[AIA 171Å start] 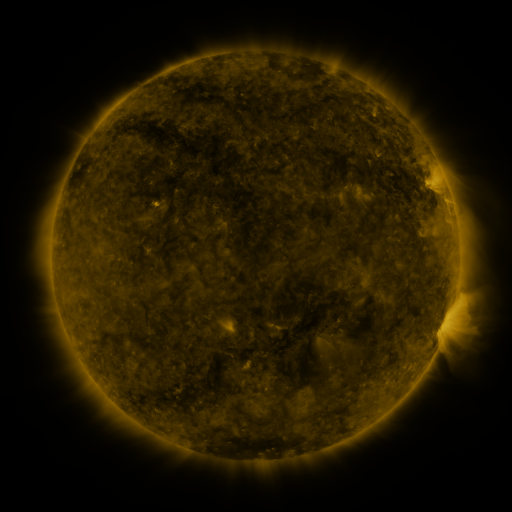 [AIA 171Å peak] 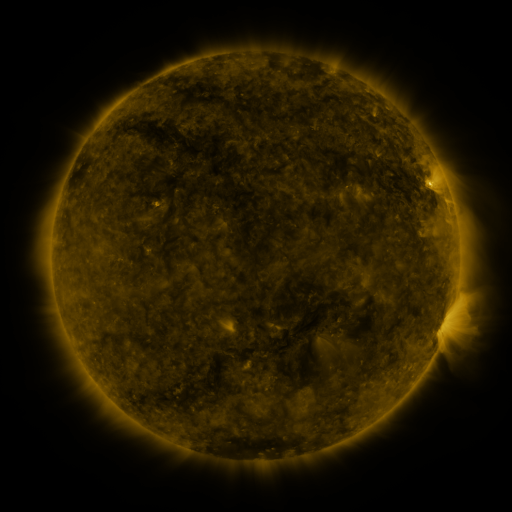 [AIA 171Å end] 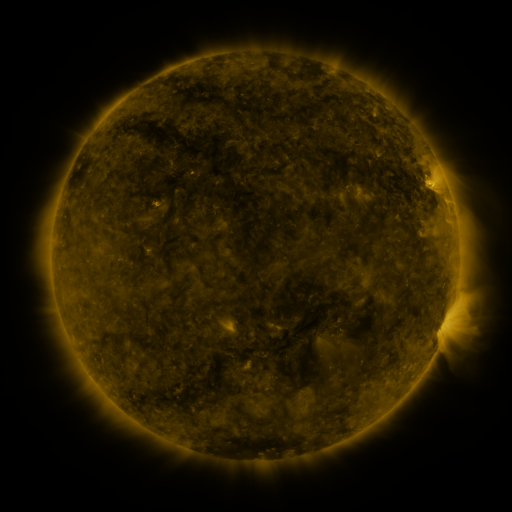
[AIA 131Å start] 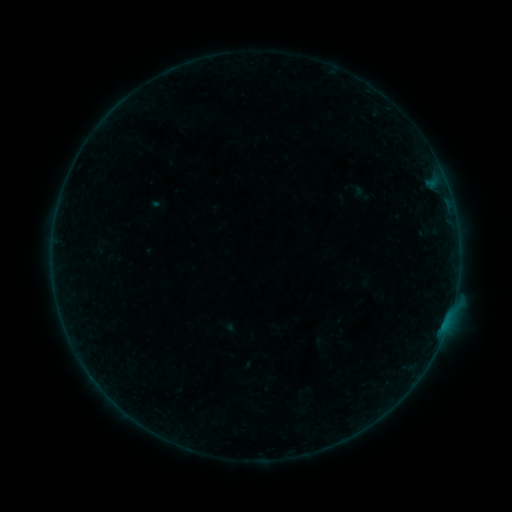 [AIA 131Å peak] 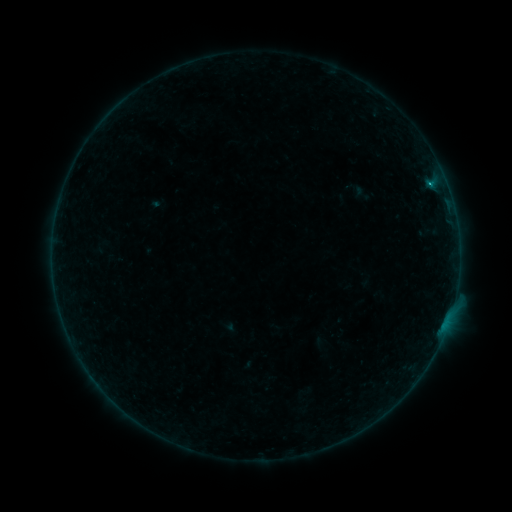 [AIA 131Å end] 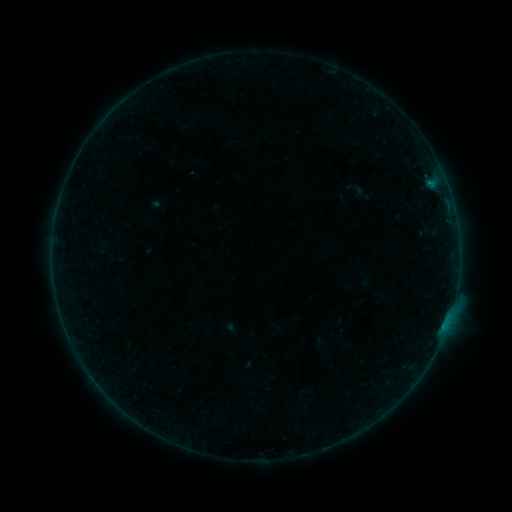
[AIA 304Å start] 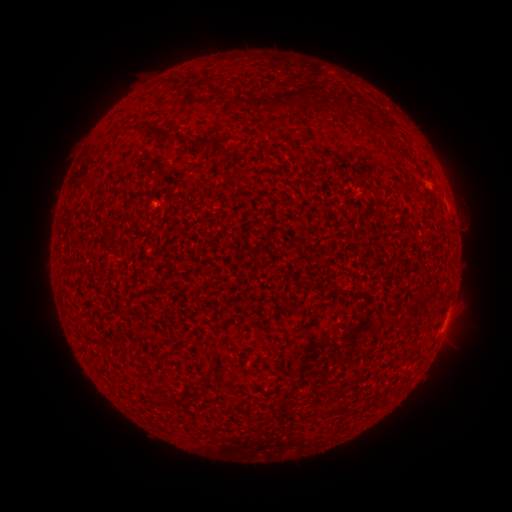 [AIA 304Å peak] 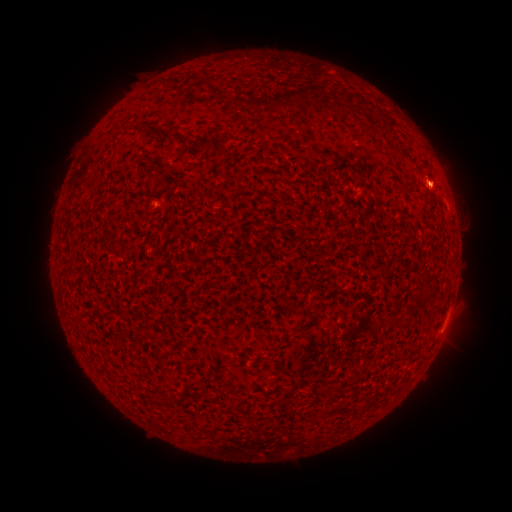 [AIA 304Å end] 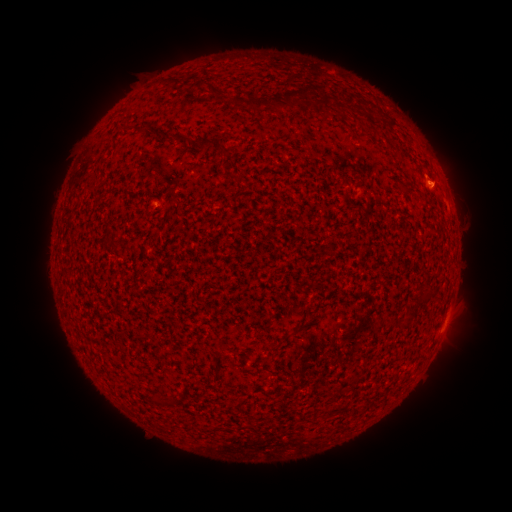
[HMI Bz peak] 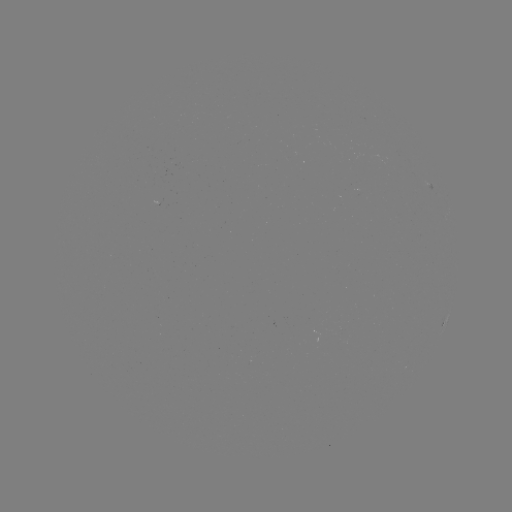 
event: flare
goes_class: B2.0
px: (436, 186)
